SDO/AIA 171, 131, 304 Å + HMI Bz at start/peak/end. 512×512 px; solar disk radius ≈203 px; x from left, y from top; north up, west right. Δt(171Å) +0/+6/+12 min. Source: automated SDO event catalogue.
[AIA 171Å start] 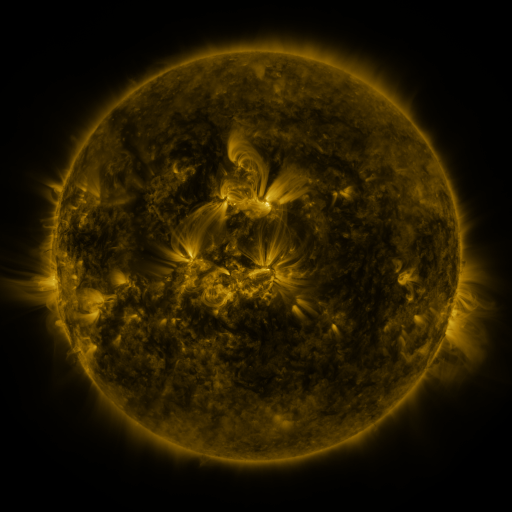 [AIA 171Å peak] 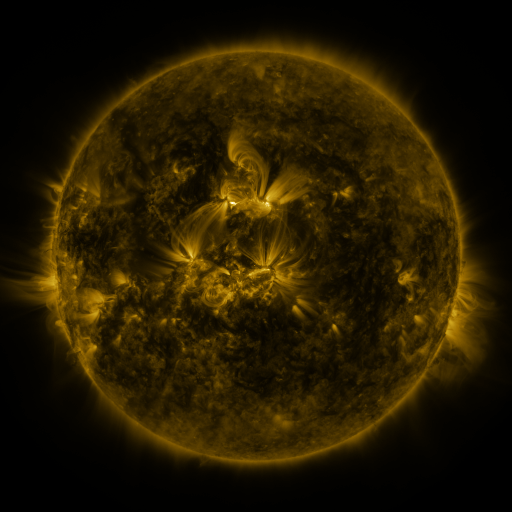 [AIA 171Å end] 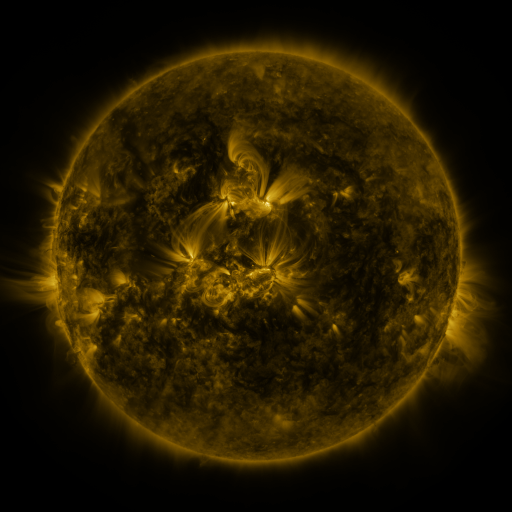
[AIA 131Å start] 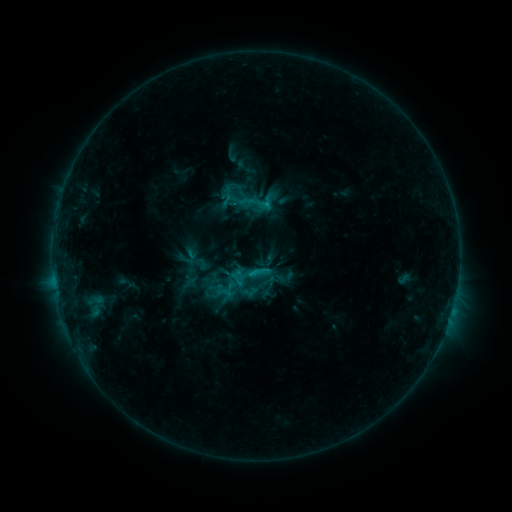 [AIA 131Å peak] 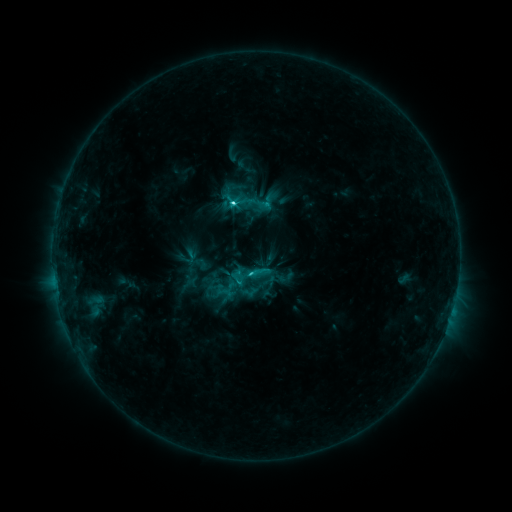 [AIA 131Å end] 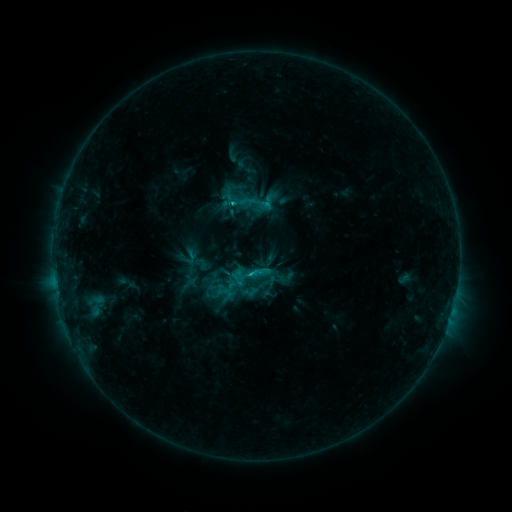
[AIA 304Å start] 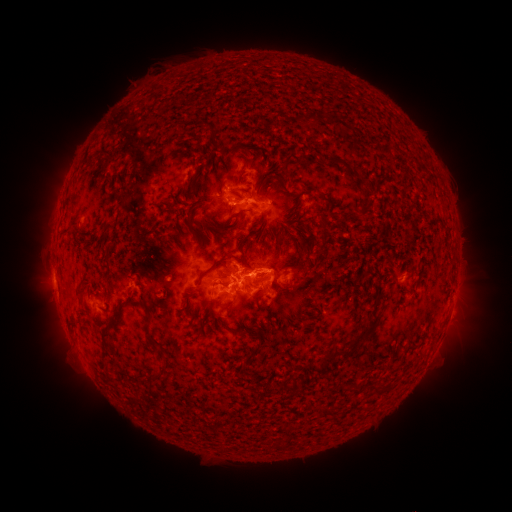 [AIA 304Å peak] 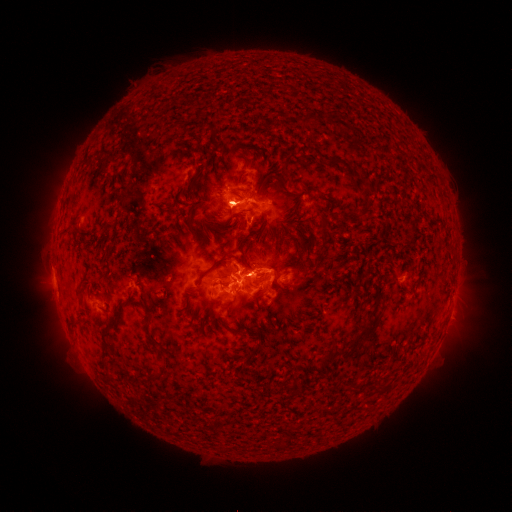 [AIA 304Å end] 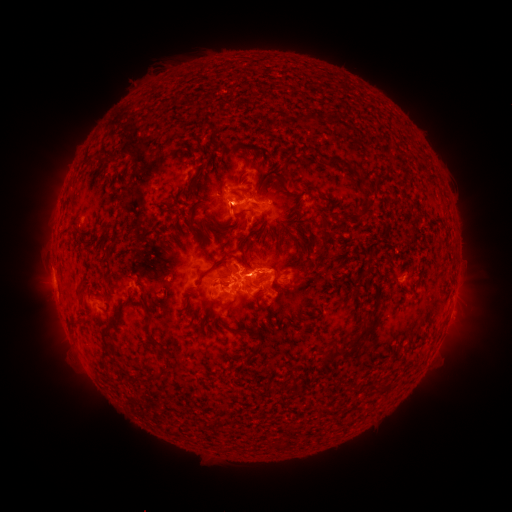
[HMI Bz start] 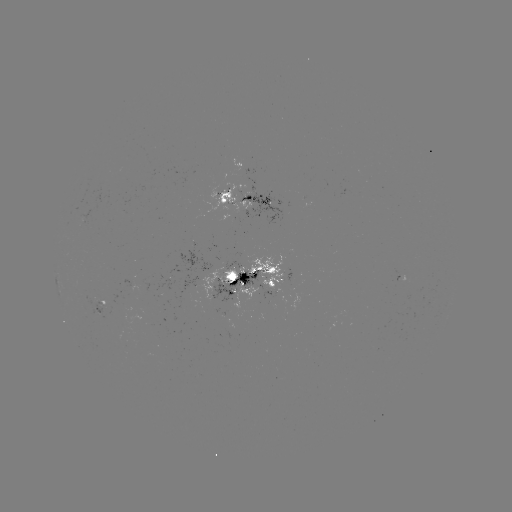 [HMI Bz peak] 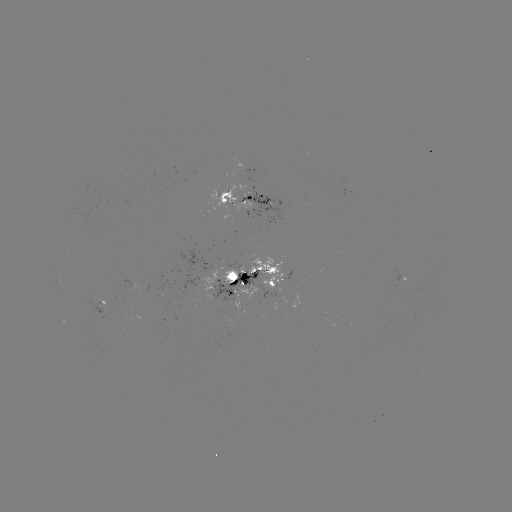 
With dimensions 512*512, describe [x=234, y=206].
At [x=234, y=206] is C3.7 flare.